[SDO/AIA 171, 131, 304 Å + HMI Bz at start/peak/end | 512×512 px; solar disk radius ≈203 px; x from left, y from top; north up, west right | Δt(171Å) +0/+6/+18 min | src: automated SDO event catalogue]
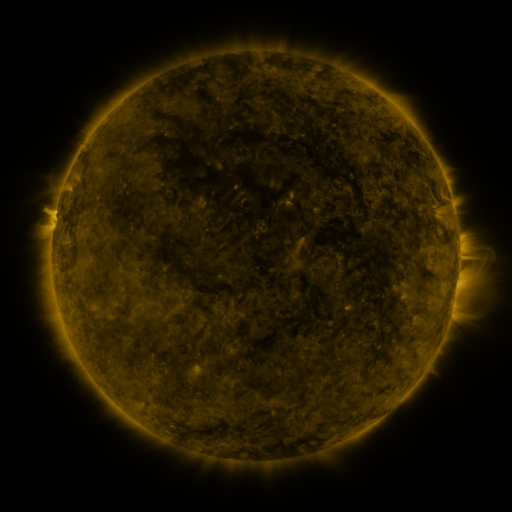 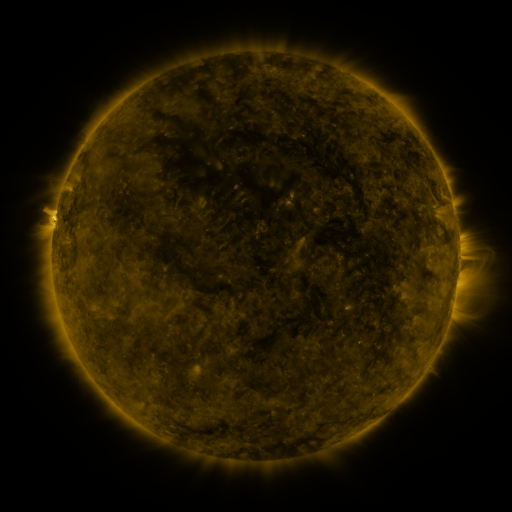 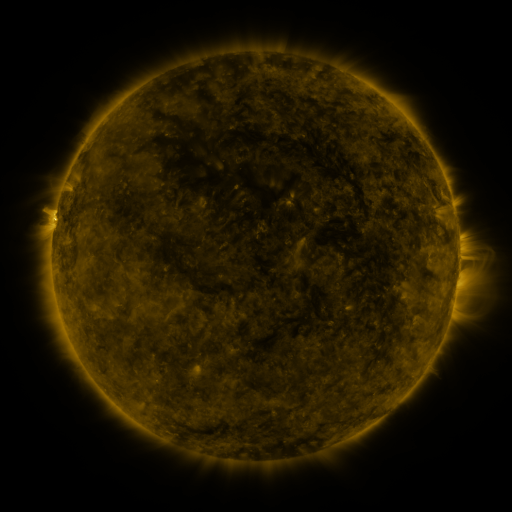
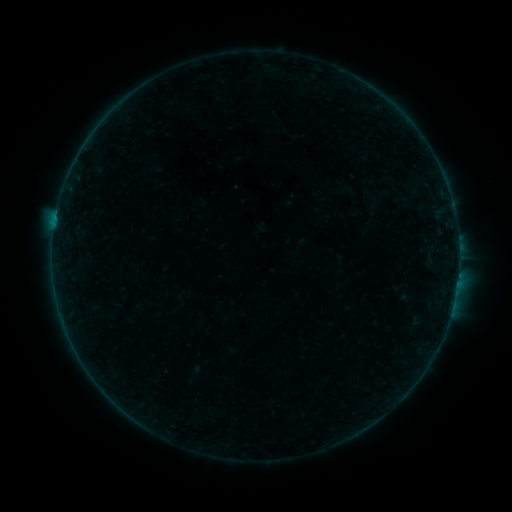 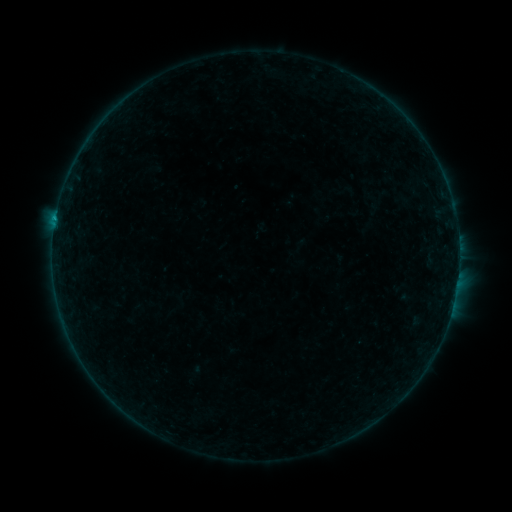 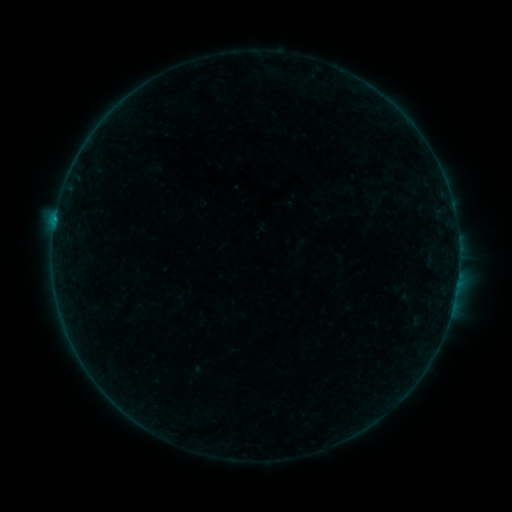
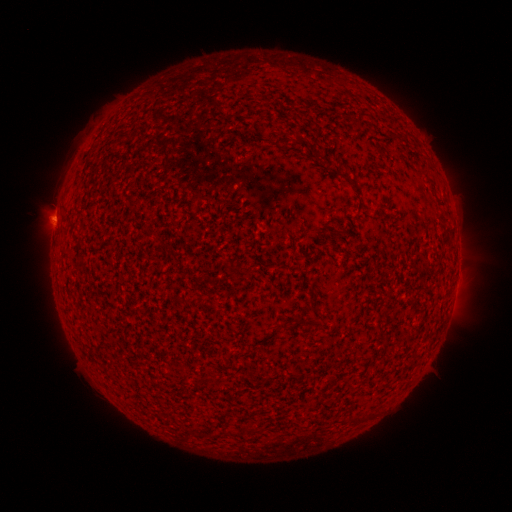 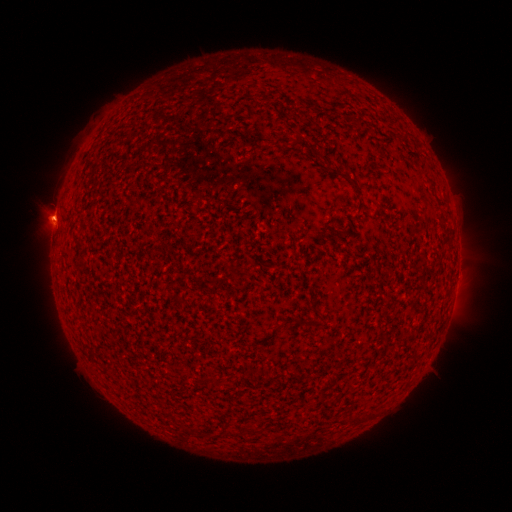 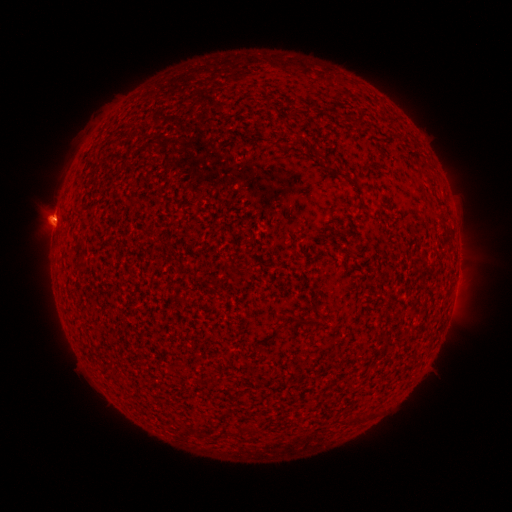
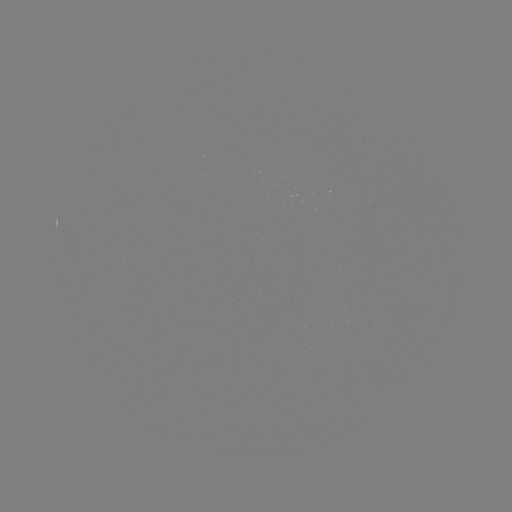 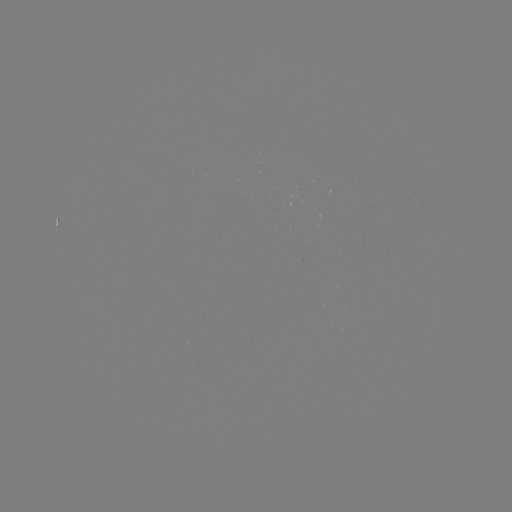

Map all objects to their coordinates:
B1.3 flare: (55, 224)
